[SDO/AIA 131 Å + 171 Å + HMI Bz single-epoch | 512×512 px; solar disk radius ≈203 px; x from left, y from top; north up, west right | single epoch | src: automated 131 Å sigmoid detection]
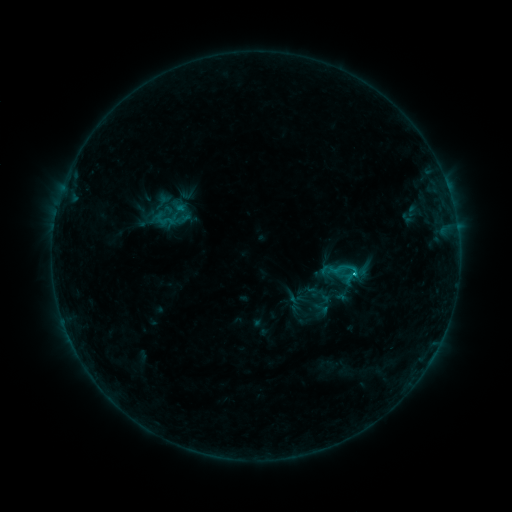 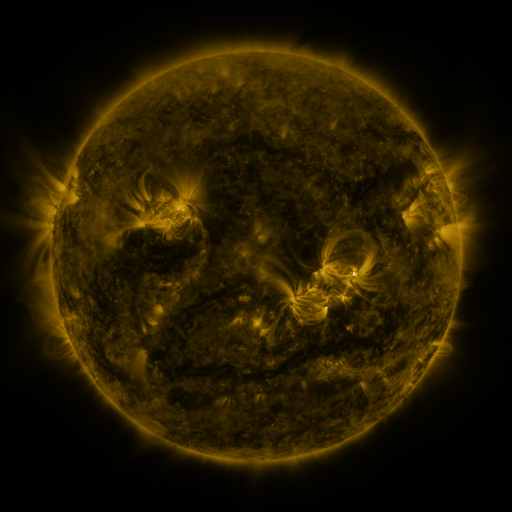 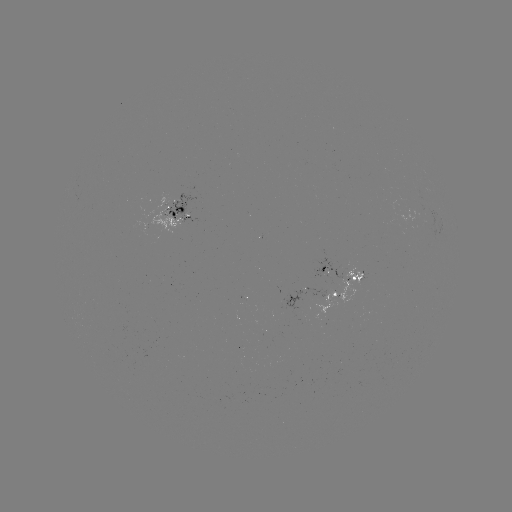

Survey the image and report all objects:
sigmoid: (153, 209, 175, 230)
